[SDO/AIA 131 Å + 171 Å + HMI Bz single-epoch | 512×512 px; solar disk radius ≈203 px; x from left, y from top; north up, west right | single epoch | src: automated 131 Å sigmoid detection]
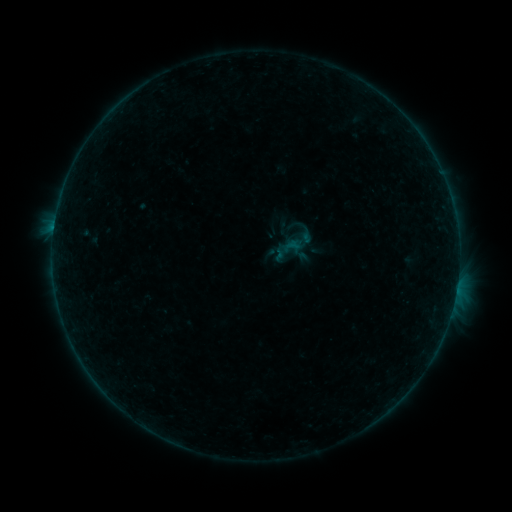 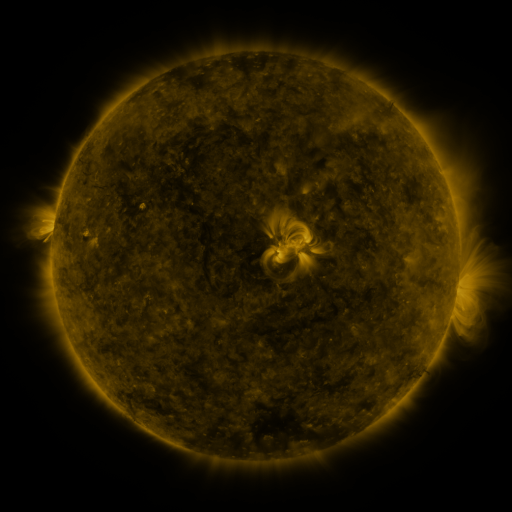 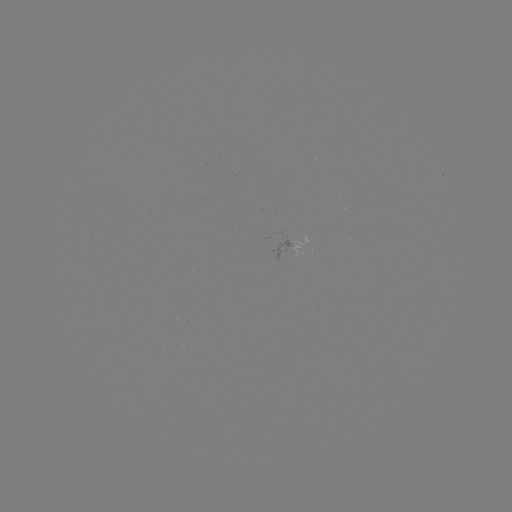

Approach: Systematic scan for sigmoid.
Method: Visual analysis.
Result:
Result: sigmoid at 288,249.